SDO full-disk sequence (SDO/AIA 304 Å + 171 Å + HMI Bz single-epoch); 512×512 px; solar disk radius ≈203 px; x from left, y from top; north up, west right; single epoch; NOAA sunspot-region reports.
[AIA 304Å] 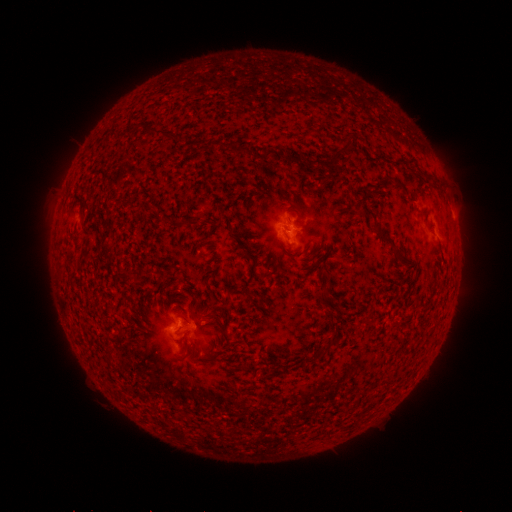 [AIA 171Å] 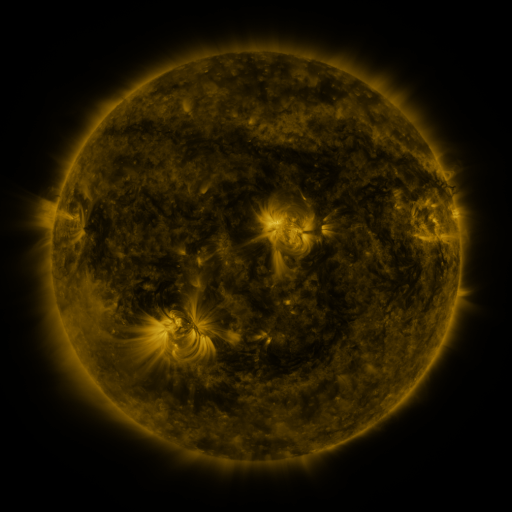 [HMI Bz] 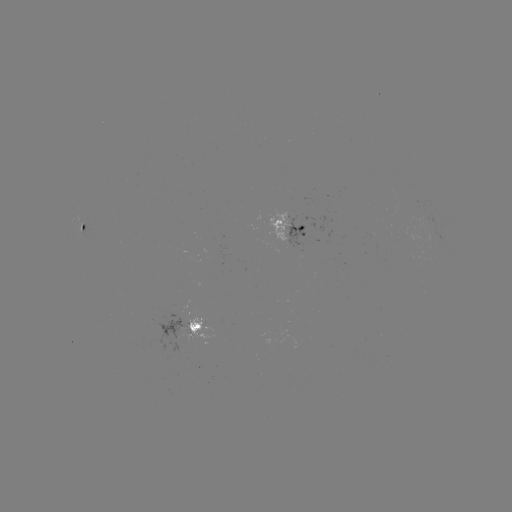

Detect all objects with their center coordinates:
spotted active region: (82, 228)
spotted active region: (290, 228)
spotted active region: (195, 329)
